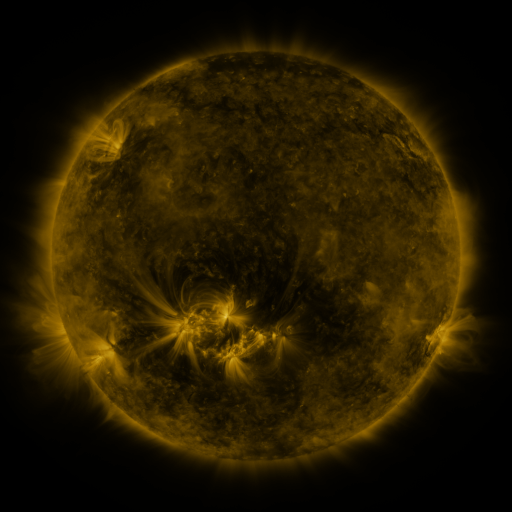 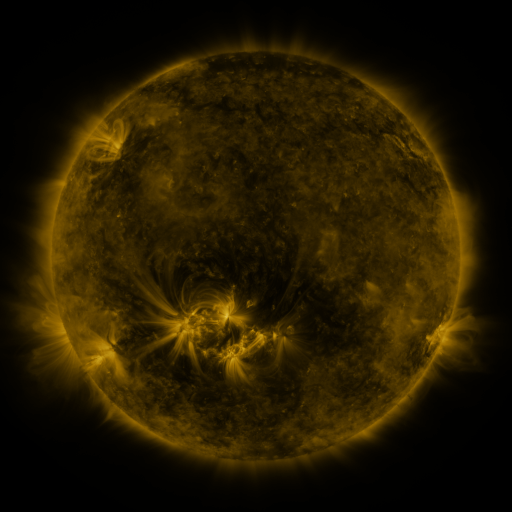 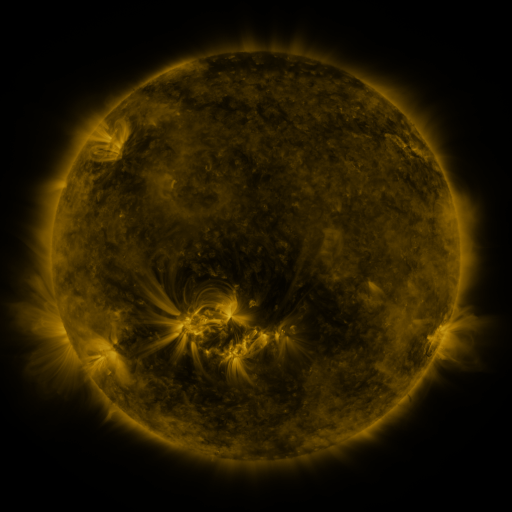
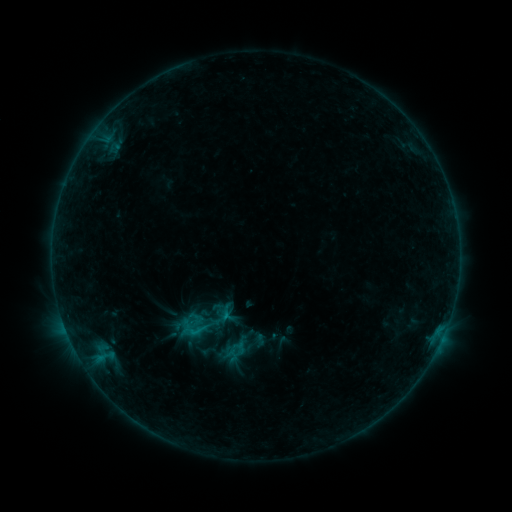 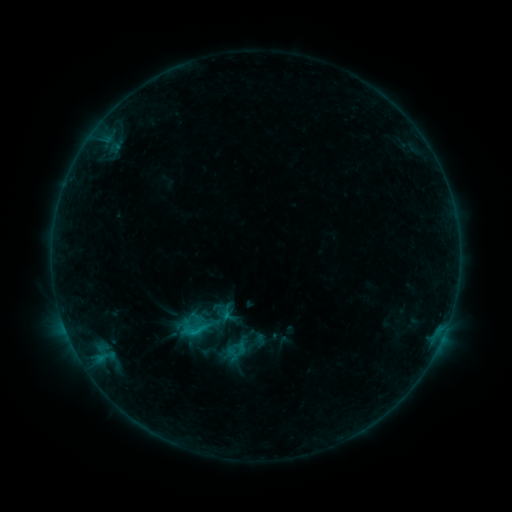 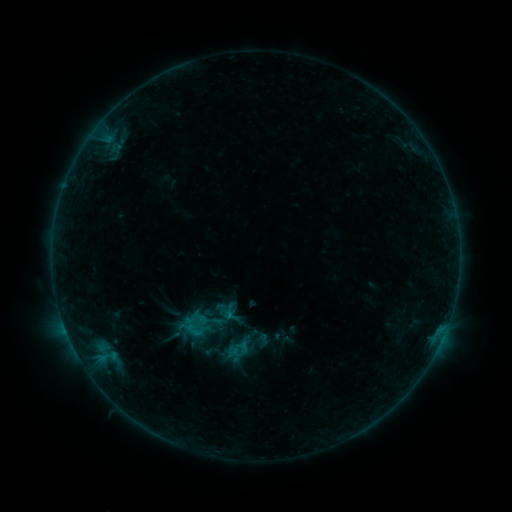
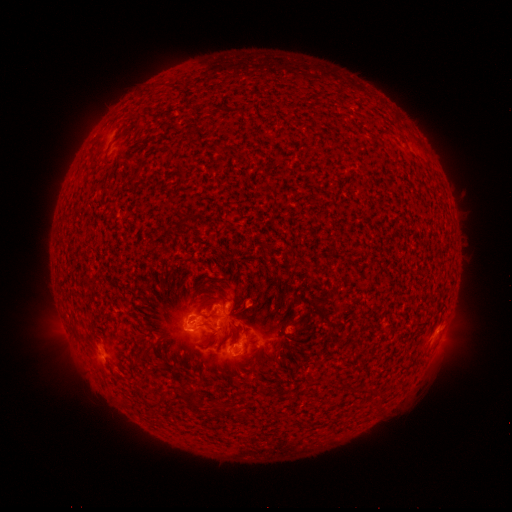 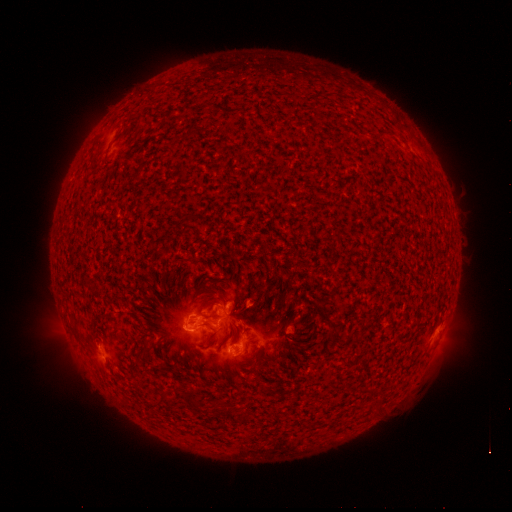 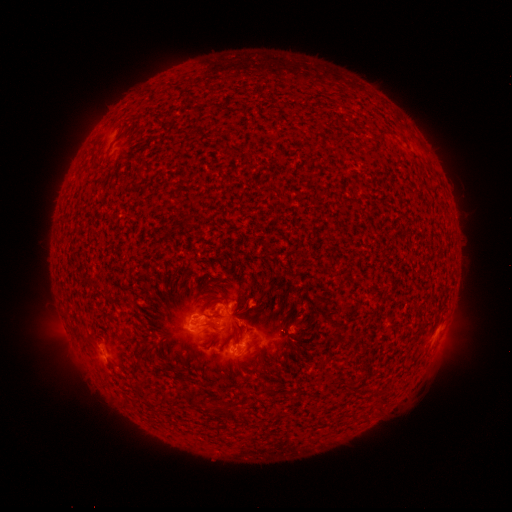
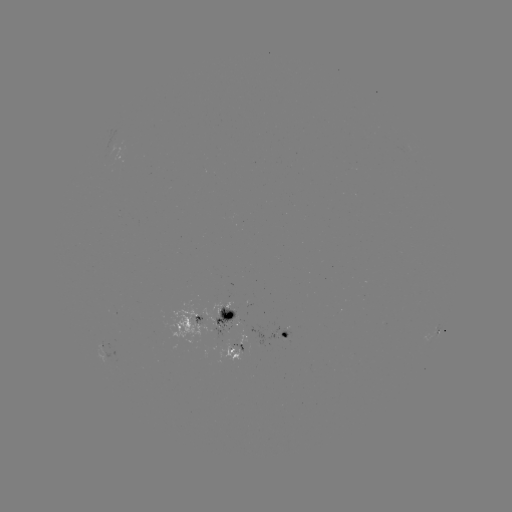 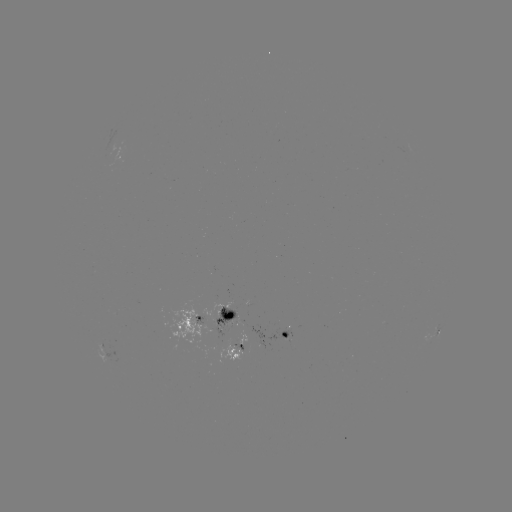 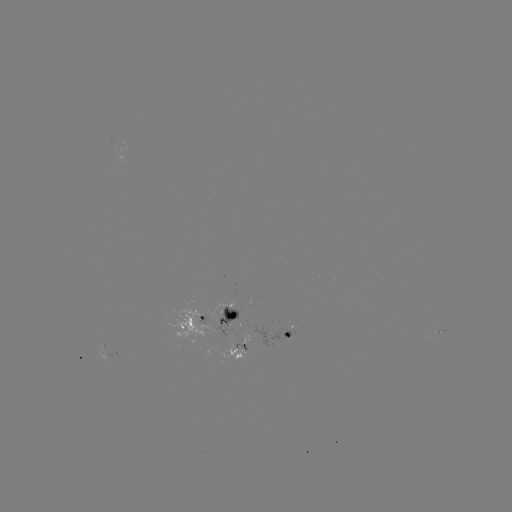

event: flare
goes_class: C1.3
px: (205, 322)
